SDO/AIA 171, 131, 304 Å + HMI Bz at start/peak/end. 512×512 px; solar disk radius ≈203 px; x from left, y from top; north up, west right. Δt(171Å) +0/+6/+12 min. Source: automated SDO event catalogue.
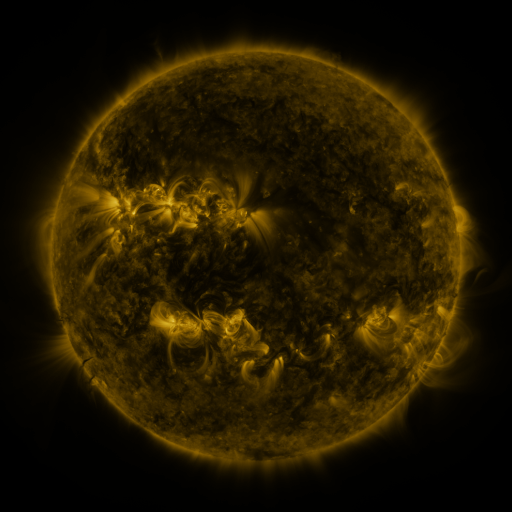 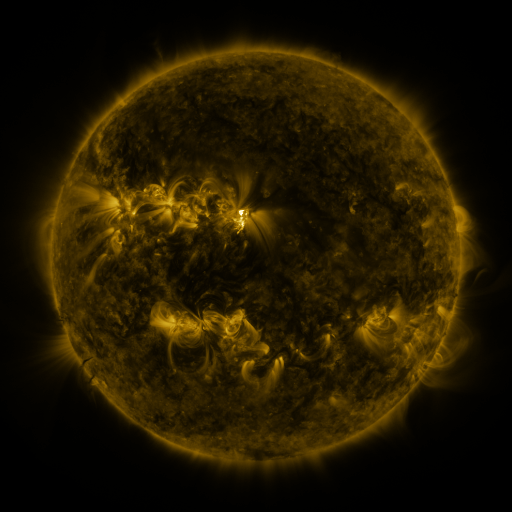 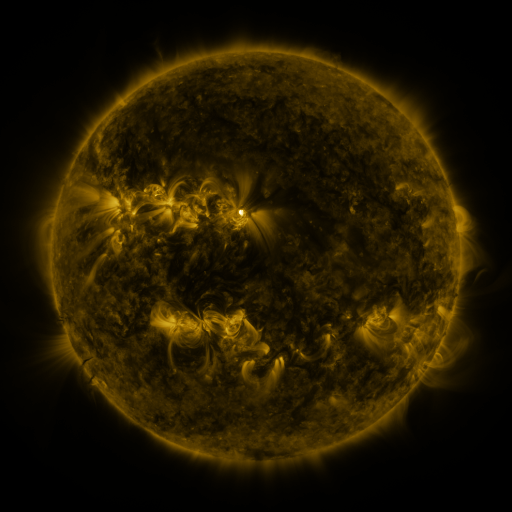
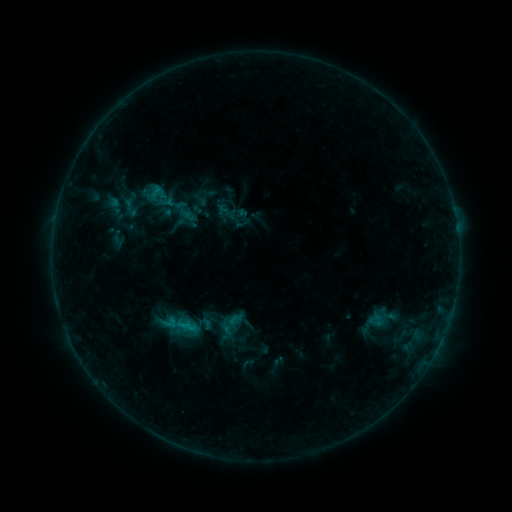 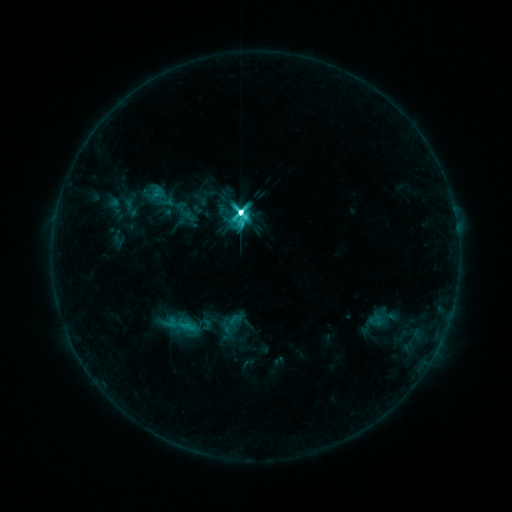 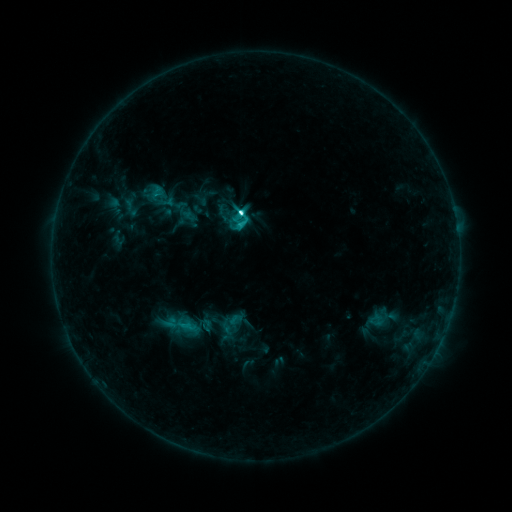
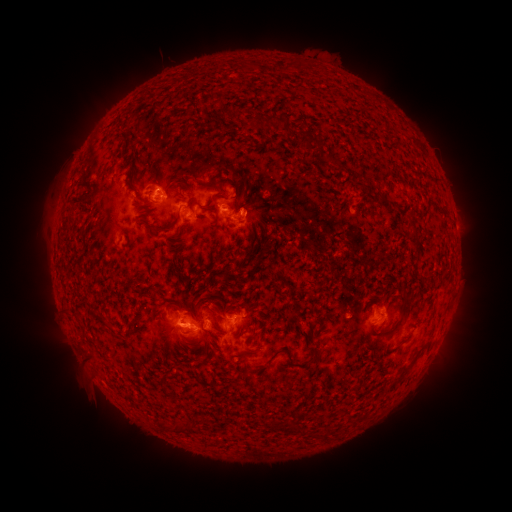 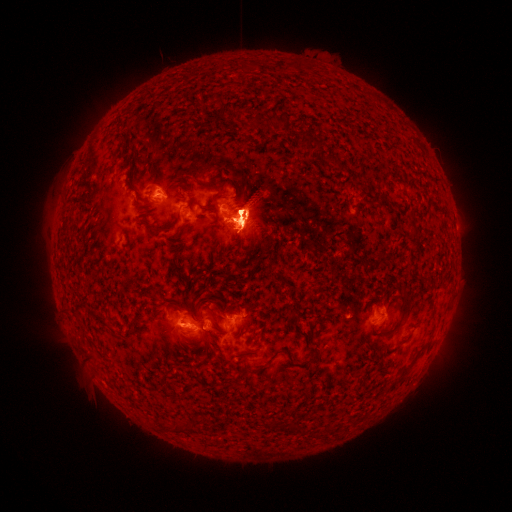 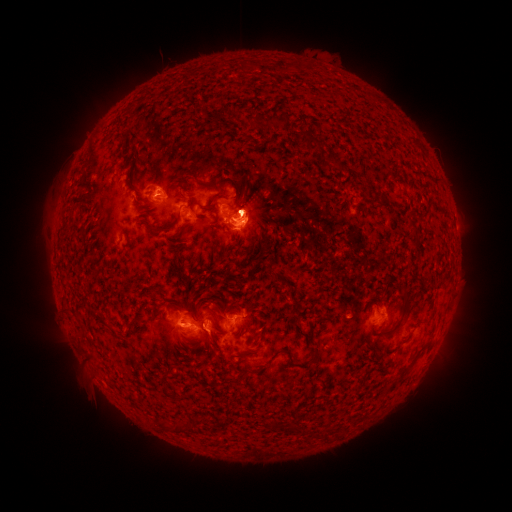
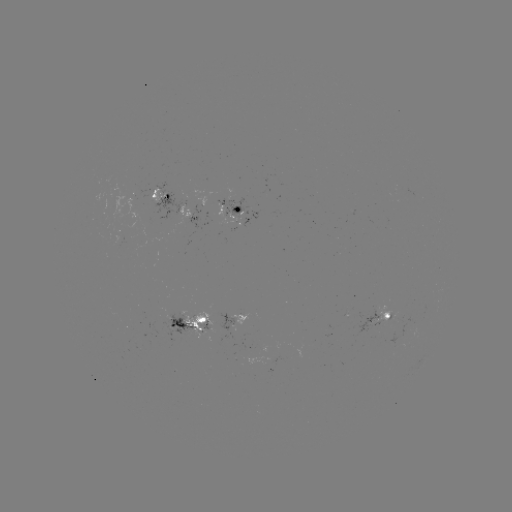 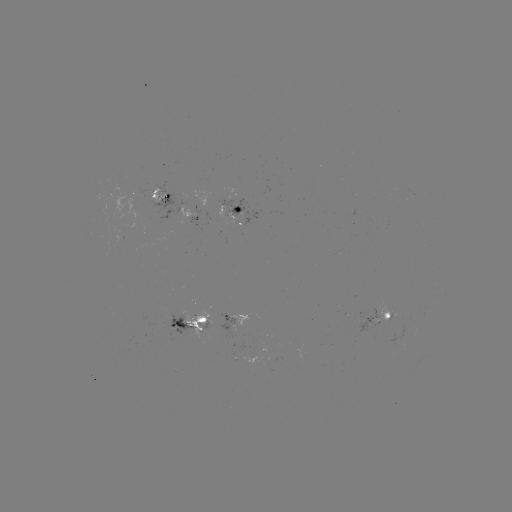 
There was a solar eruption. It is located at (228, 256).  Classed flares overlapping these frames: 1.